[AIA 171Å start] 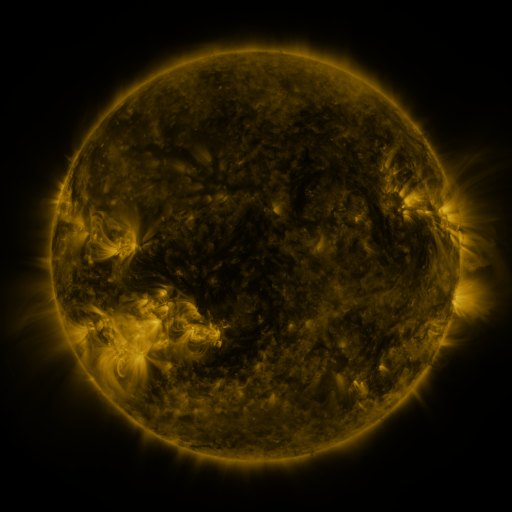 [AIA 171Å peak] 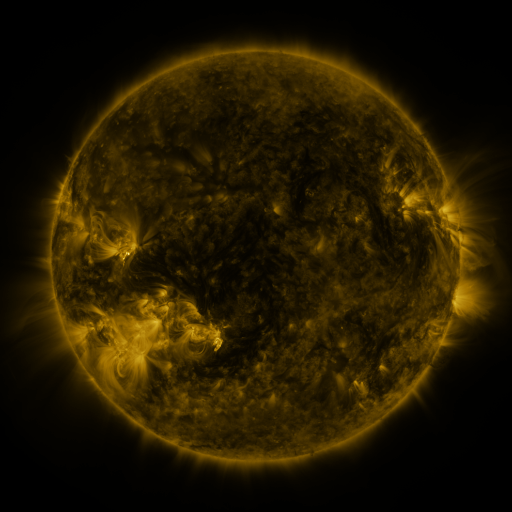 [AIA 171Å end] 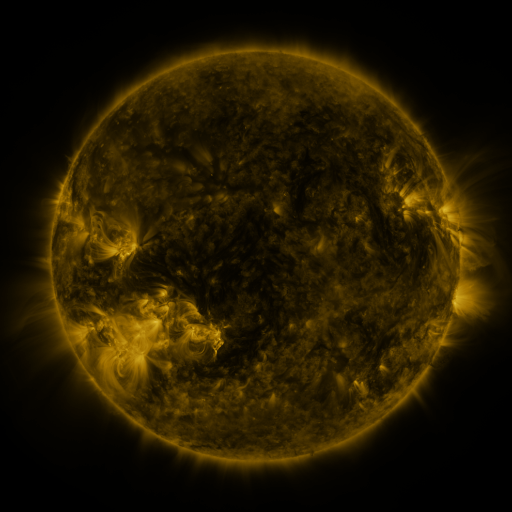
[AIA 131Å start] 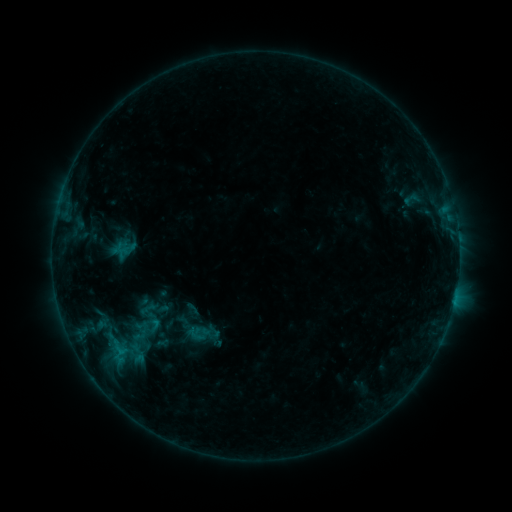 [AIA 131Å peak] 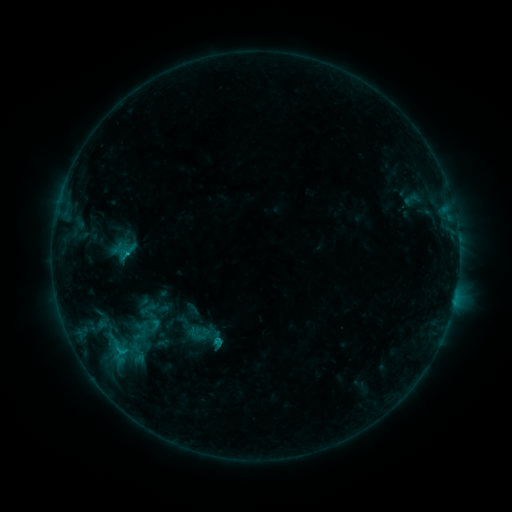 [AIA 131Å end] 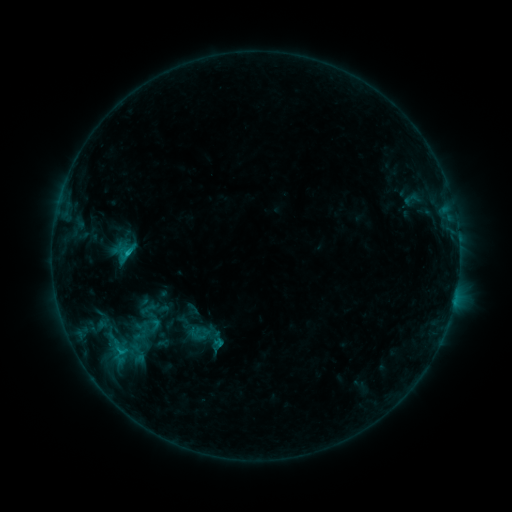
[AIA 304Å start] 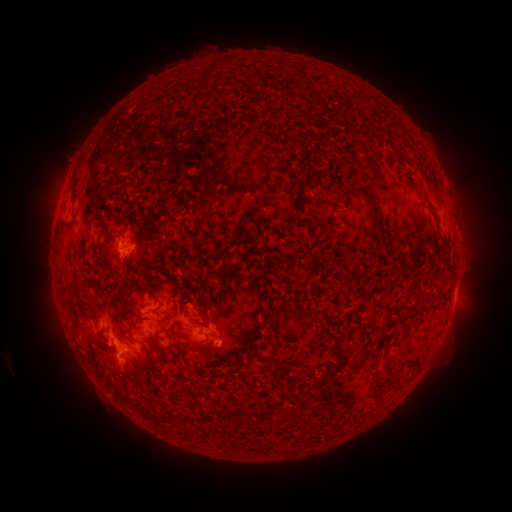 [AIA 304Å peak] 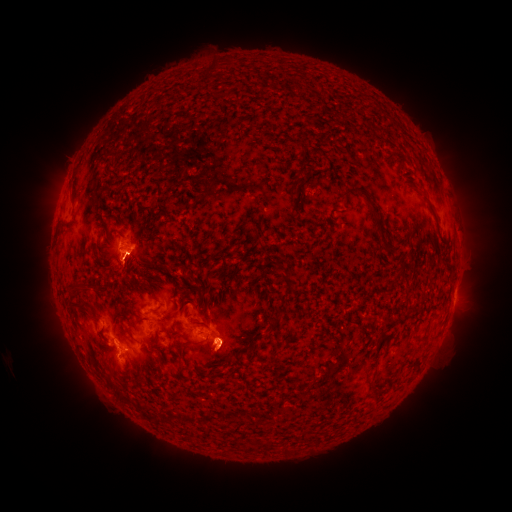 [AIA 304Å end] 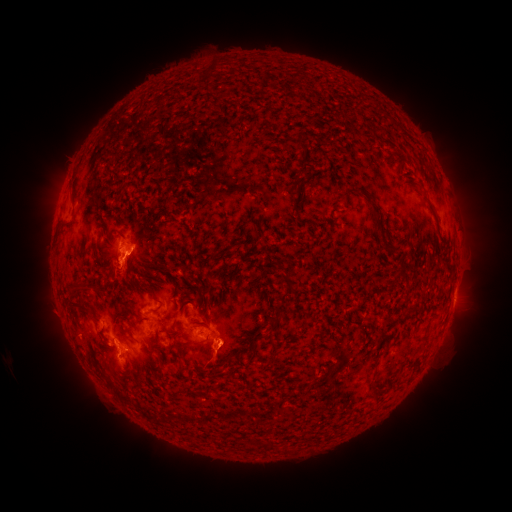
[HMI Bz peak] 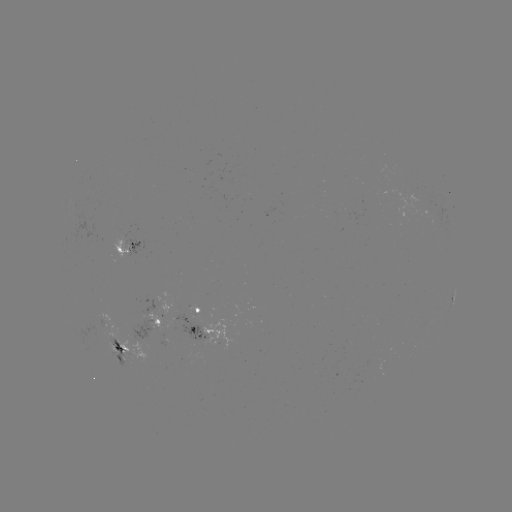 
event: eruption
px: (219, 357)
